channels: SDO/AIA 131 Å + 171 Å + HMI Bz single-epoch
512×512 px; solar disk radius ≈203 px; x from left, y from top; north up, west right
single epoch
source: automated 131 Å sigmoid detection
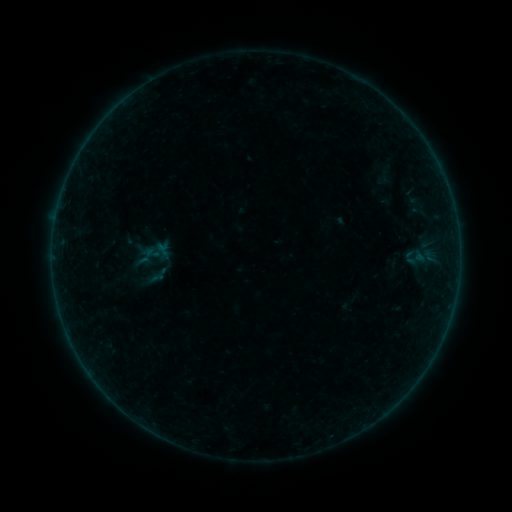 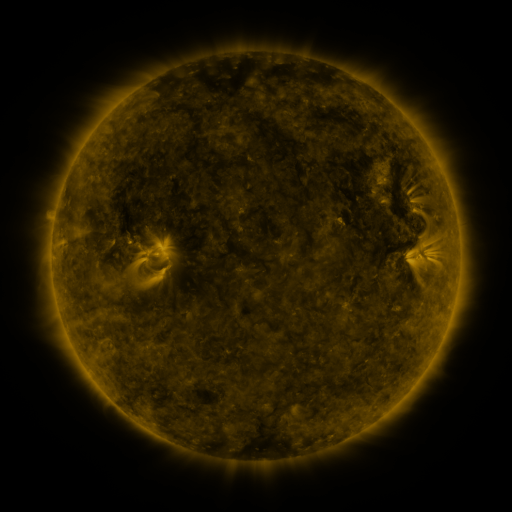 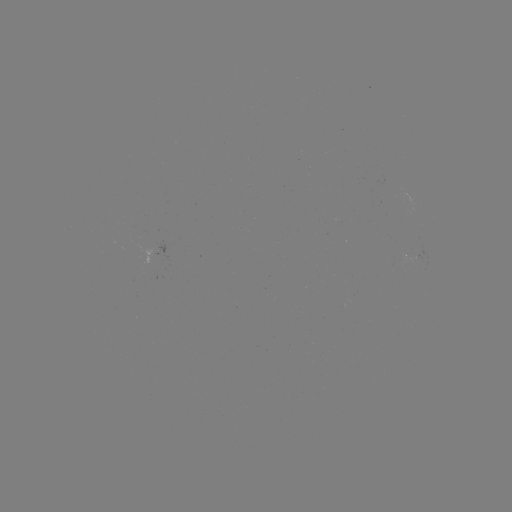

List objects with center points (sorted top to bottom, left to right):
sigmoid: (144, 239, 163, 260)
